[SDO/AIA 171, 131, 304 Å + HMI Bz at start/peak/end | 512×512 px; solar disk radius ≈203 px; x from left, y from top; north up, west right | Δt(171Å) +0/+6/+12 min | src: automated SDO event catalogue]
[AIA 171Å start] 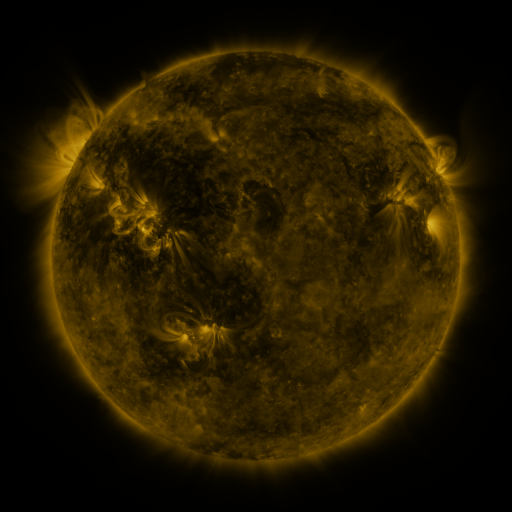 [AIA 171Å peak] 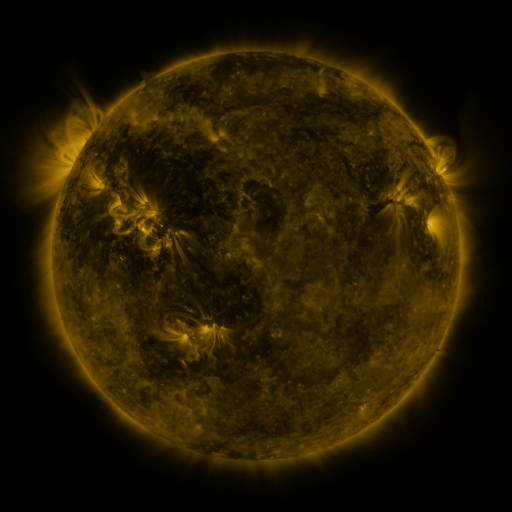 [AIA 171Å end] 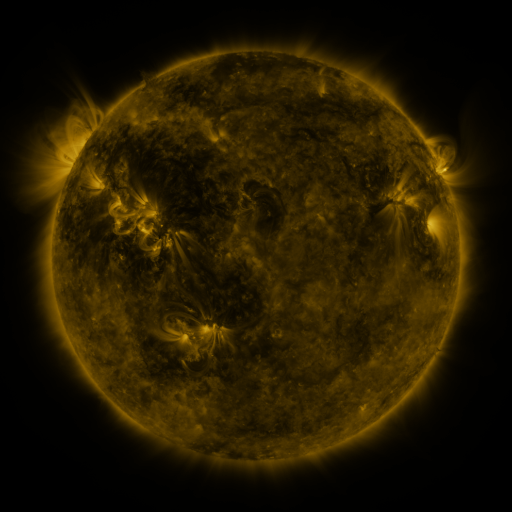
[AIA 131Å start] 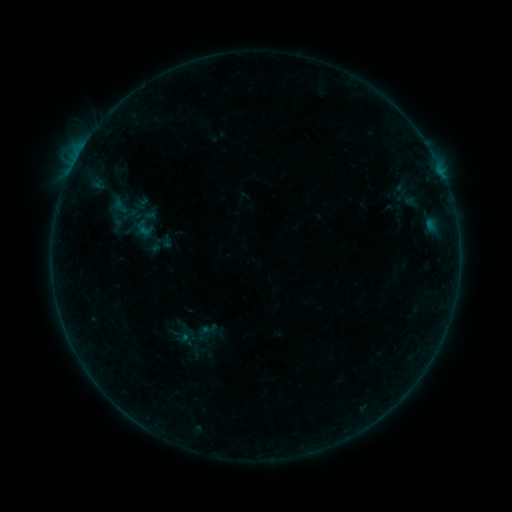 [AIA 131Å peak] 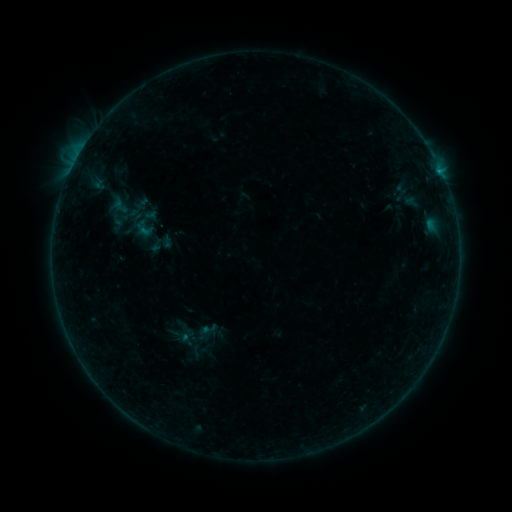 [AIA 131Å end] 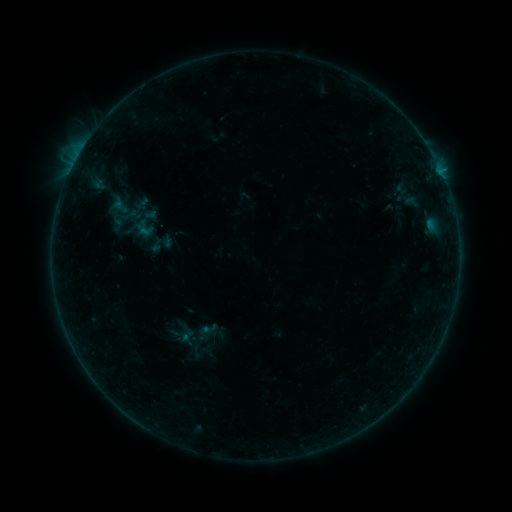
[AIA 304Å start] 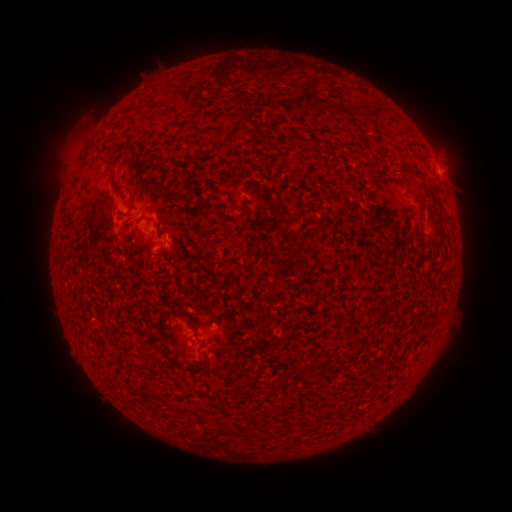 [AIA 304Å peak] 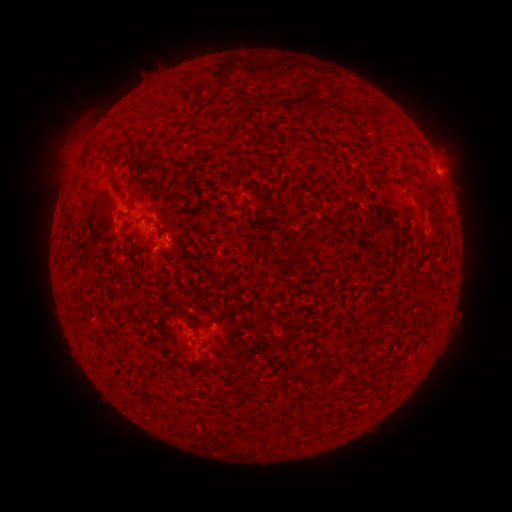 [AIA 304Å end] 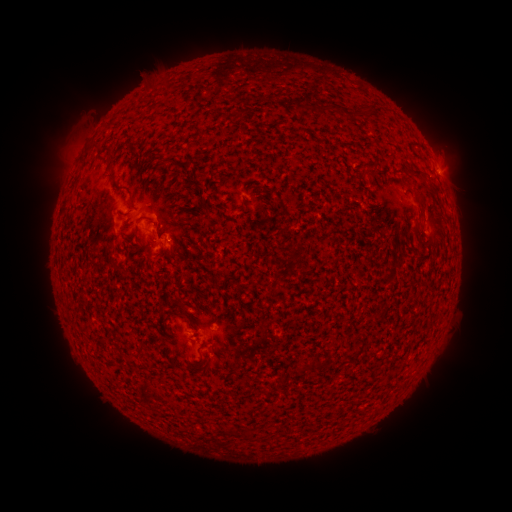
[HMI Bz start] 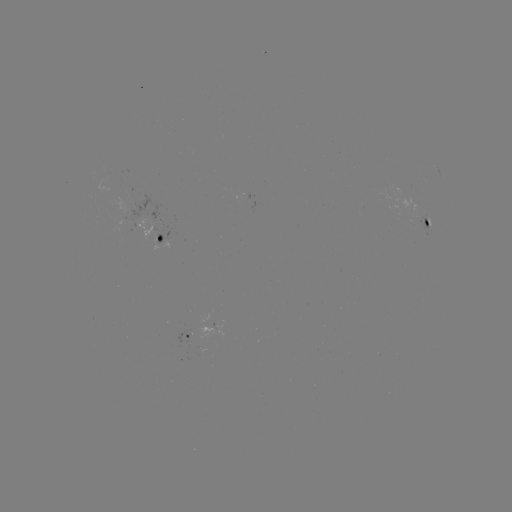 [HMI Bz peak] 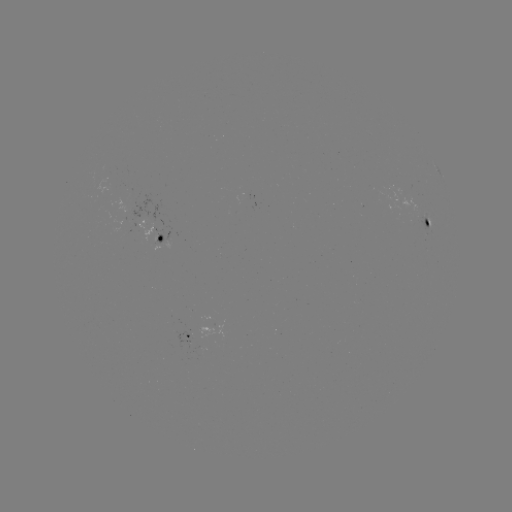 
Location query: B2.9 flare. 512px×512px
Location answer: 437,174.